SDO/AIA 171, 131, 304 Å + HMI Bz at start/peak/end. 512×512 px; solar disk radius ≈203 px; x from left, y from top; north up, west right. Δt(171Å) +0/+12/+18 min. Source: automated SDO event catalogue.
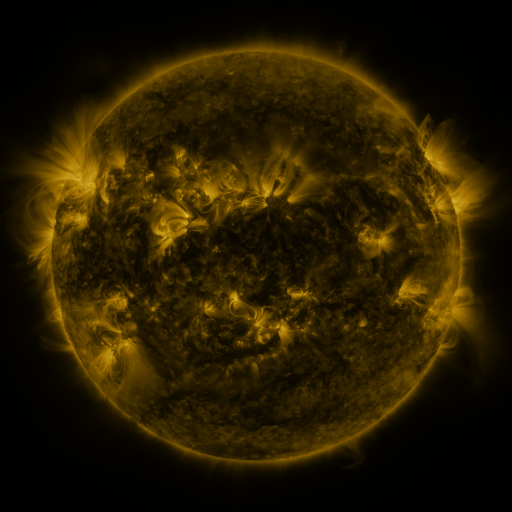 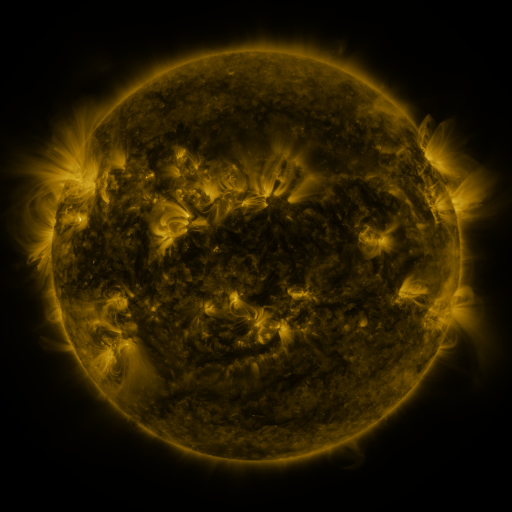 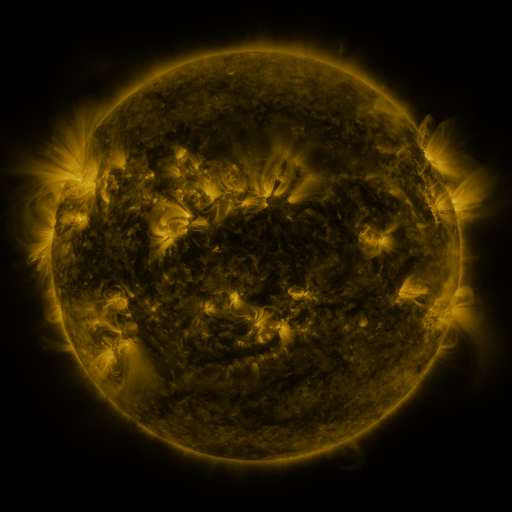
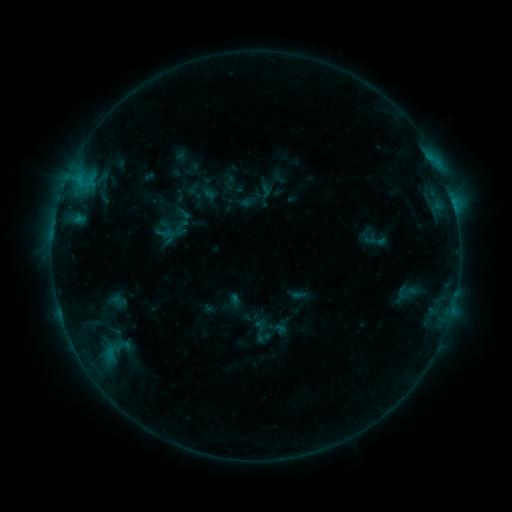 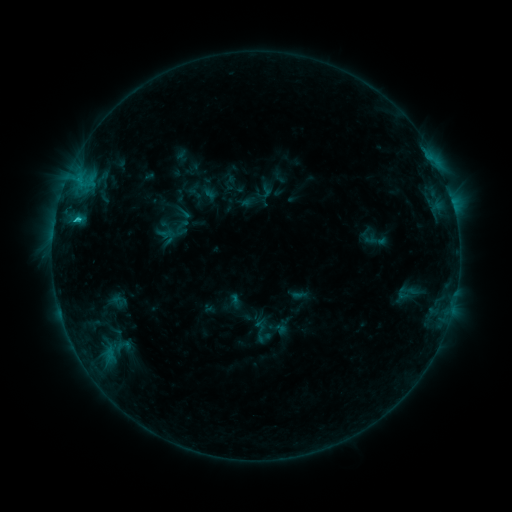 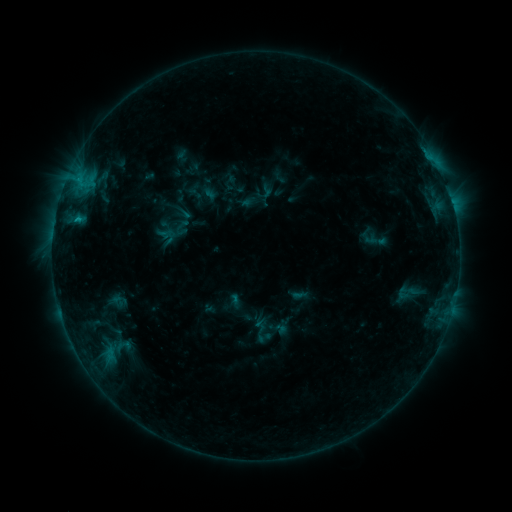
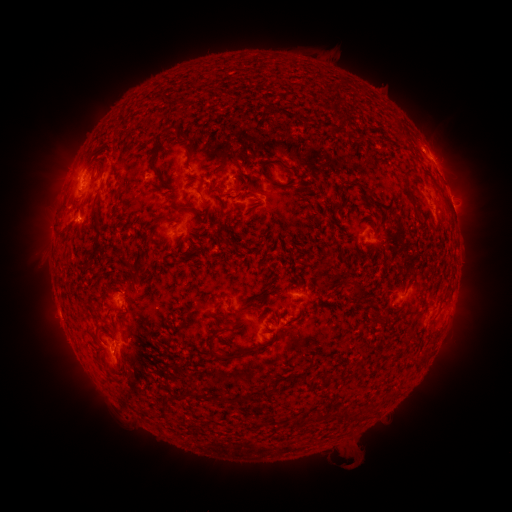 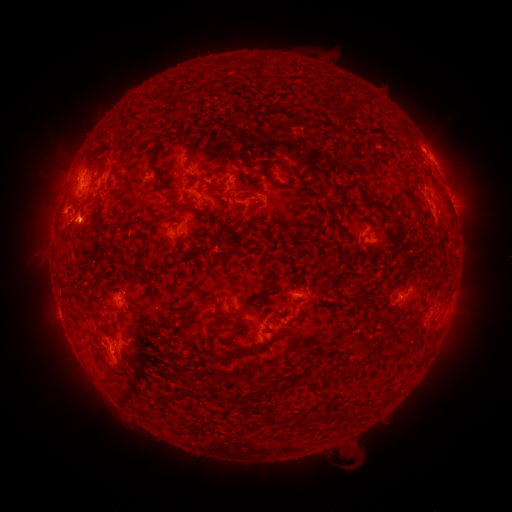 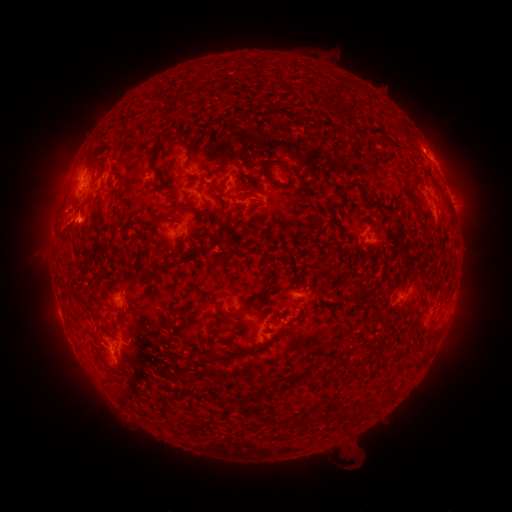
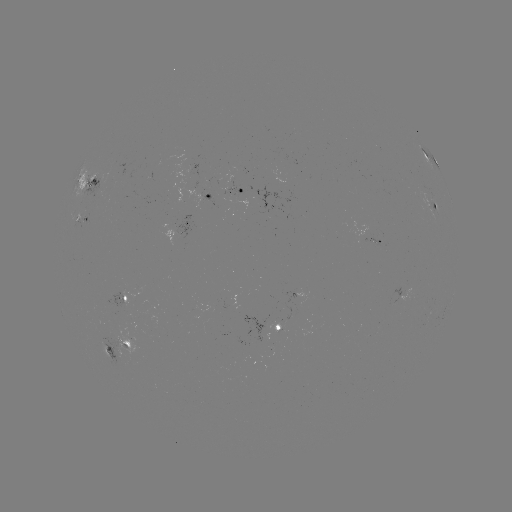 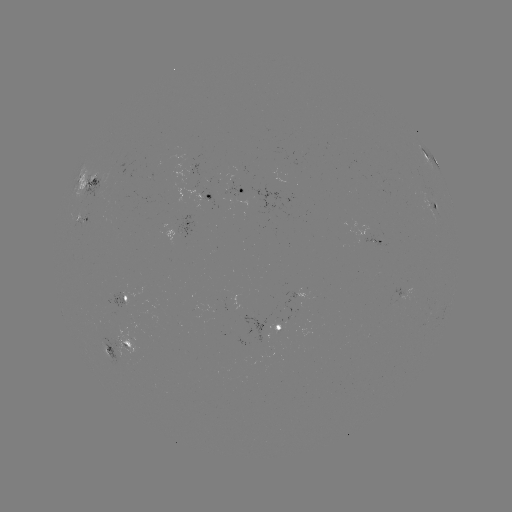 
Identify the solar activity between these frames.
C1.3 flare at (77, 221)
